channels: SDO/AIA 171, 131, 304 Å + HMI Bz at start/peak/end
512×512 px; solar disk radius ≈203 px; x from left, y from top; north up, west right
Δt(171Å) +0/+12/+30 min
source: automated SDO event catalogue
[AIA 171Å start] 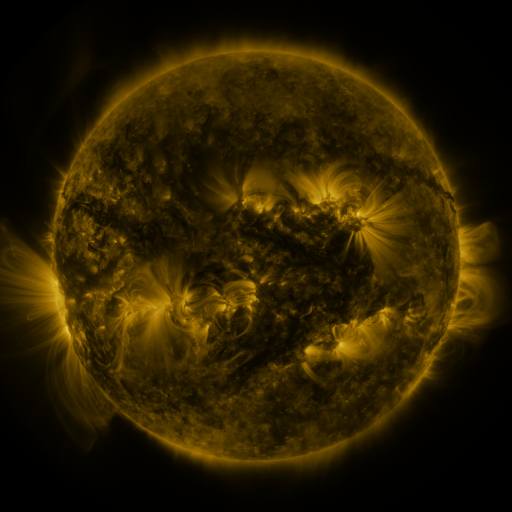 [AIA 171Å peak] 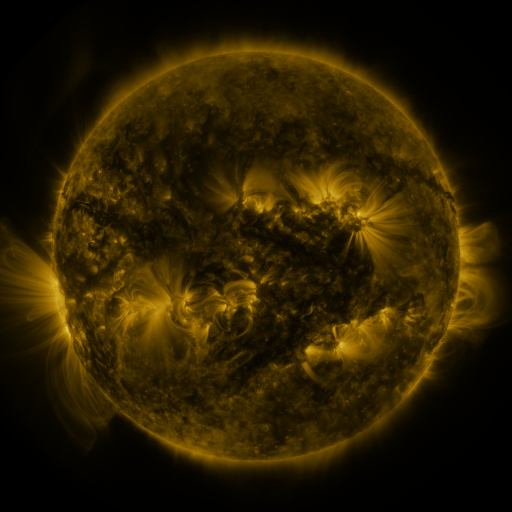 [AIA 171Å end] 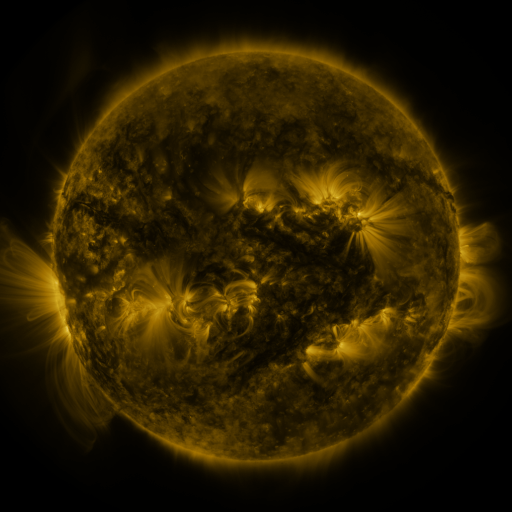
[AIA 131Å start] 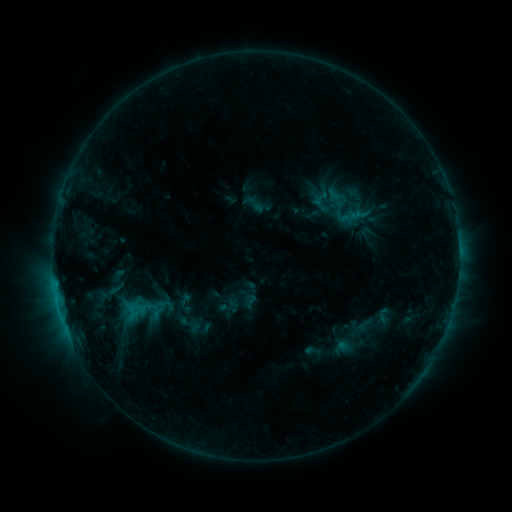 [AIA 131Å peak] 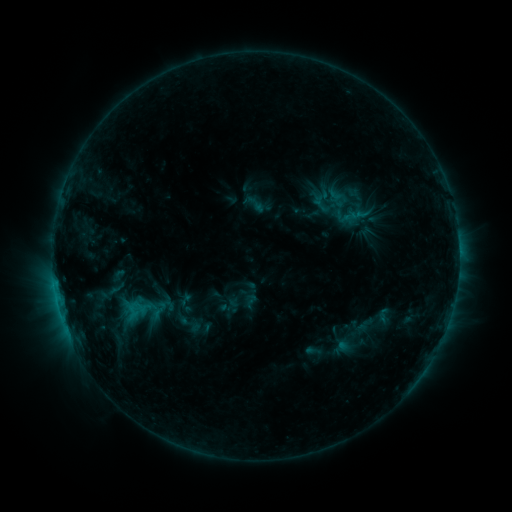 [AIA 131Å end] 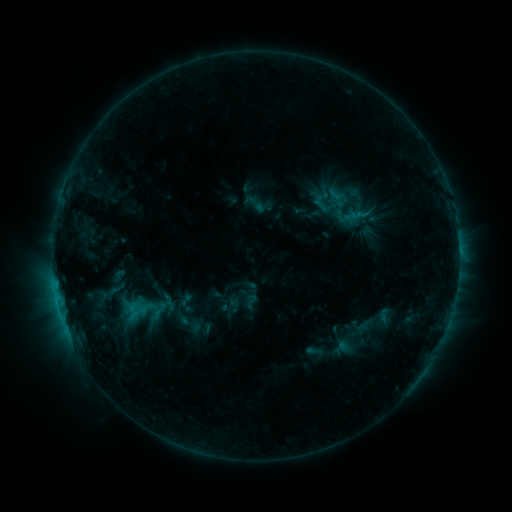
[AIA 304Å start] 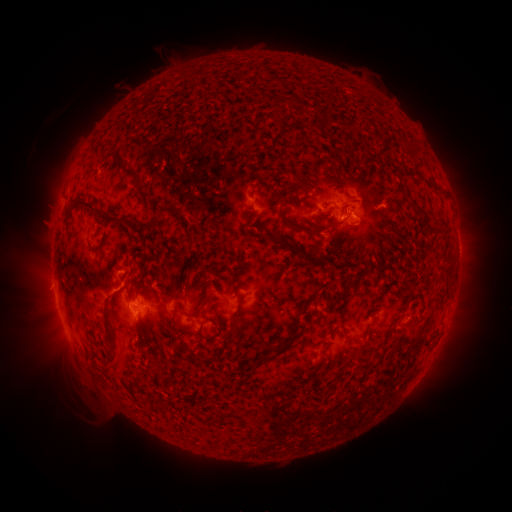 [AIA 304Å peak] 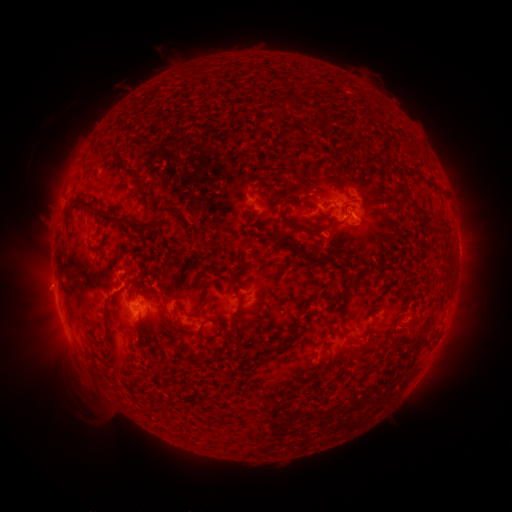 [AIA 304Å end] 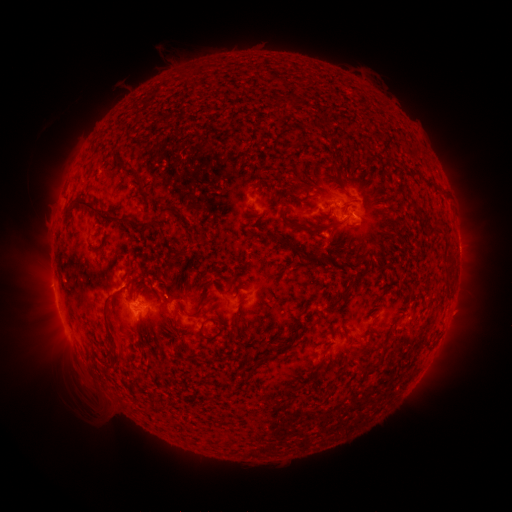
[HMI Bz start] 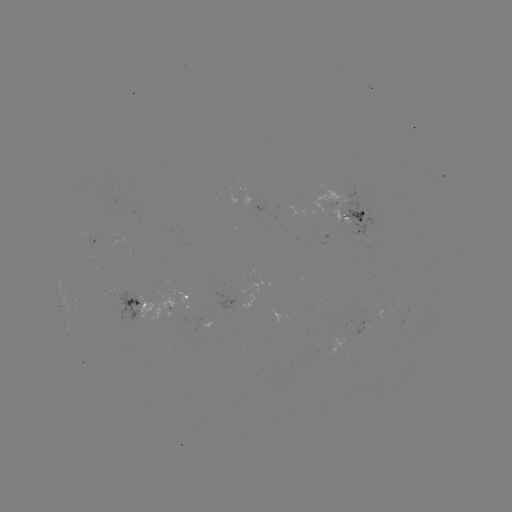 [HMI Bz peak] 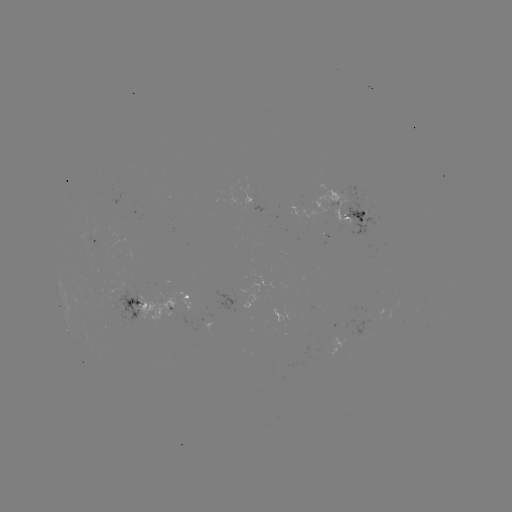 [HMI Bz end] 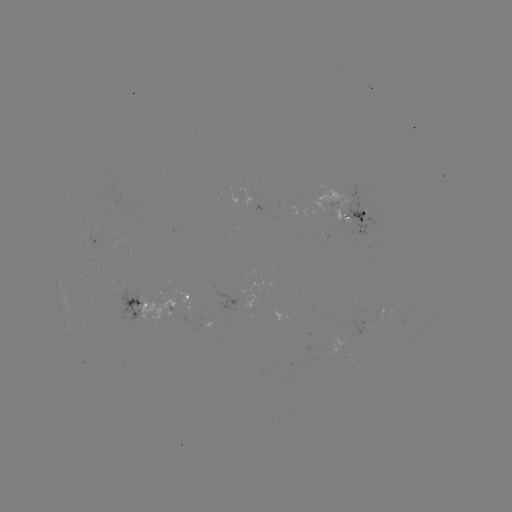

nothing was catalogued: no classed flare, no EUV trigger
